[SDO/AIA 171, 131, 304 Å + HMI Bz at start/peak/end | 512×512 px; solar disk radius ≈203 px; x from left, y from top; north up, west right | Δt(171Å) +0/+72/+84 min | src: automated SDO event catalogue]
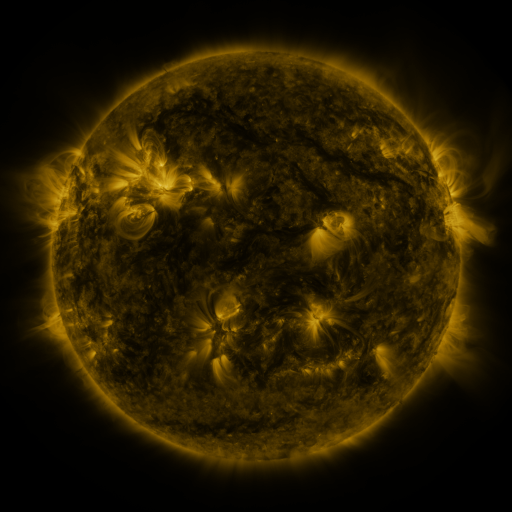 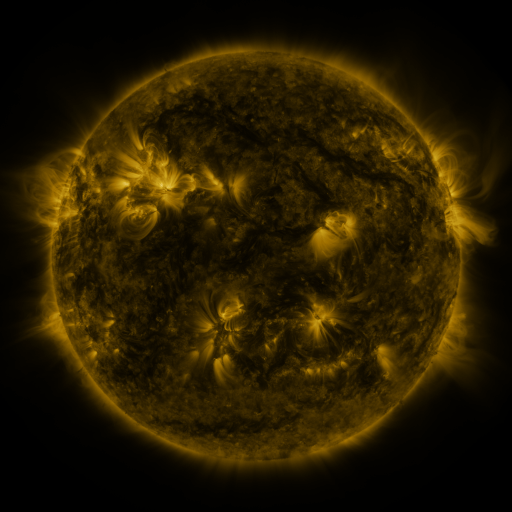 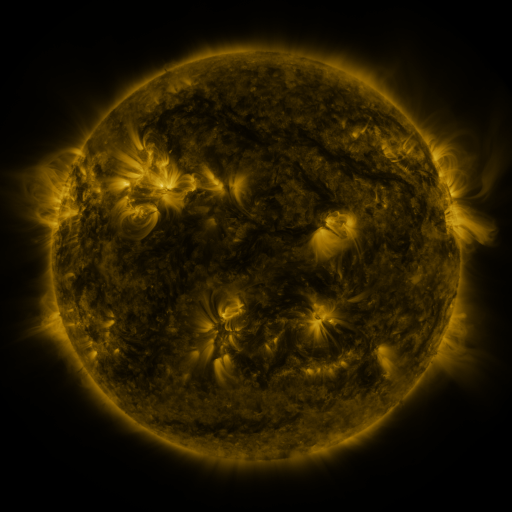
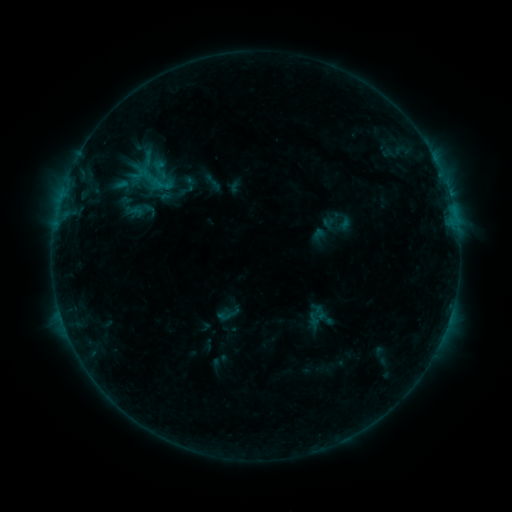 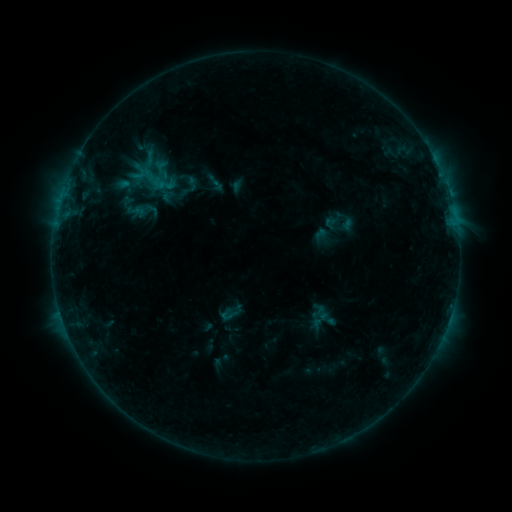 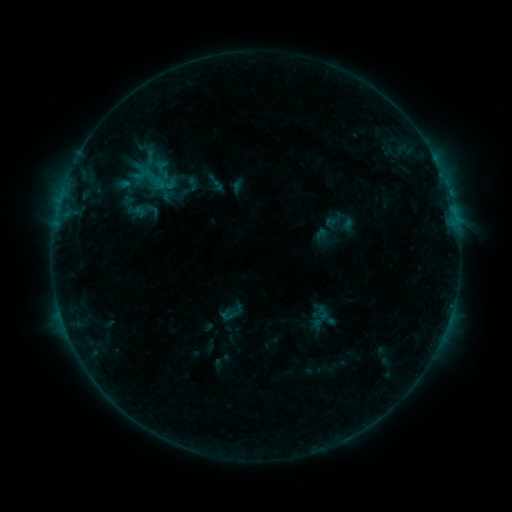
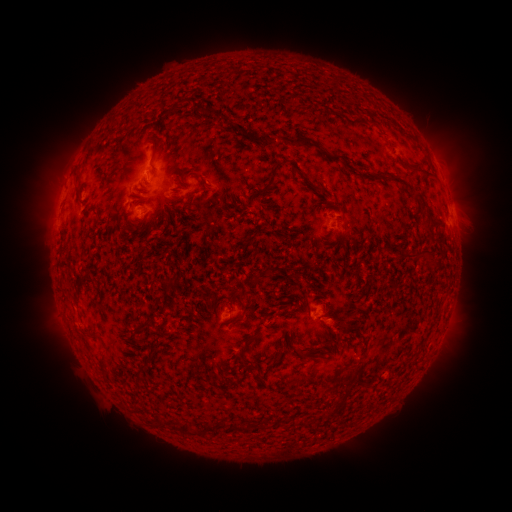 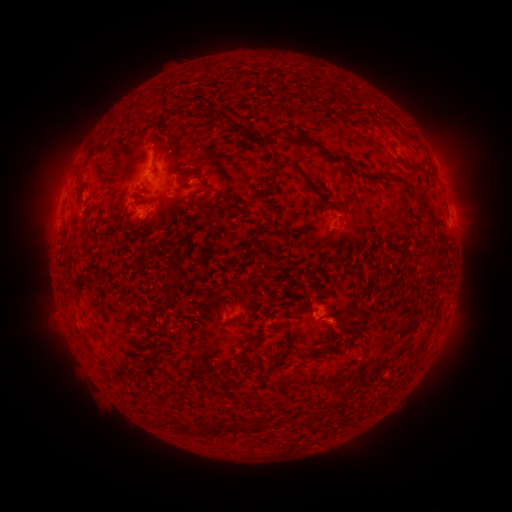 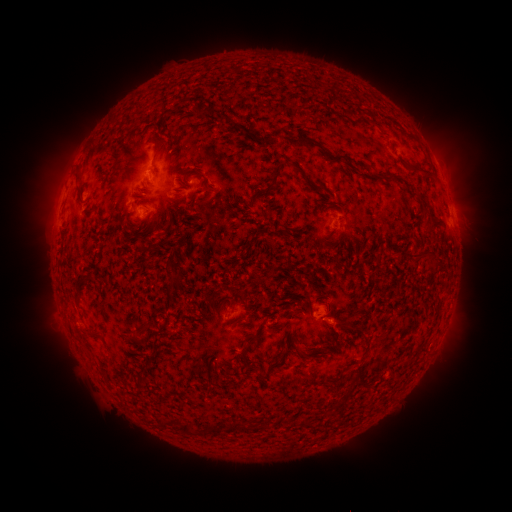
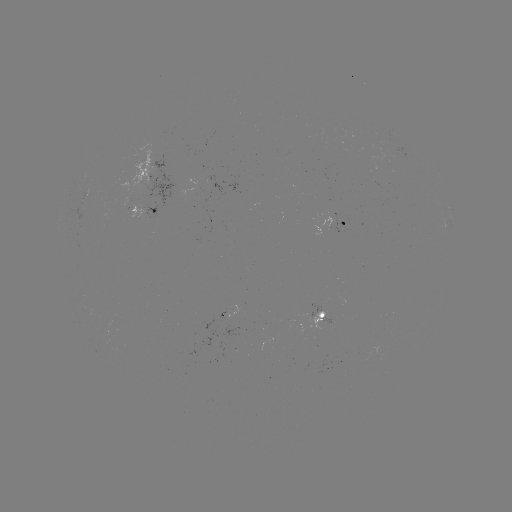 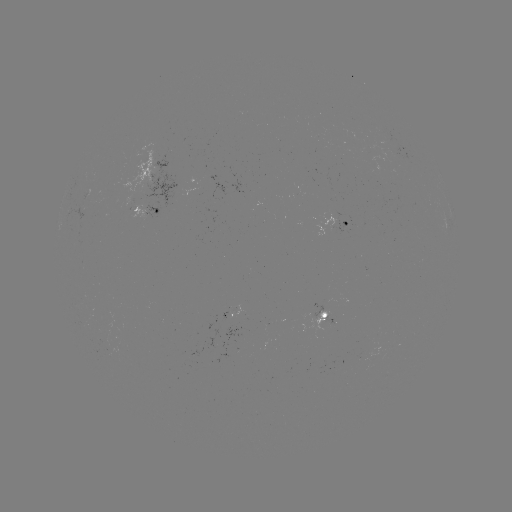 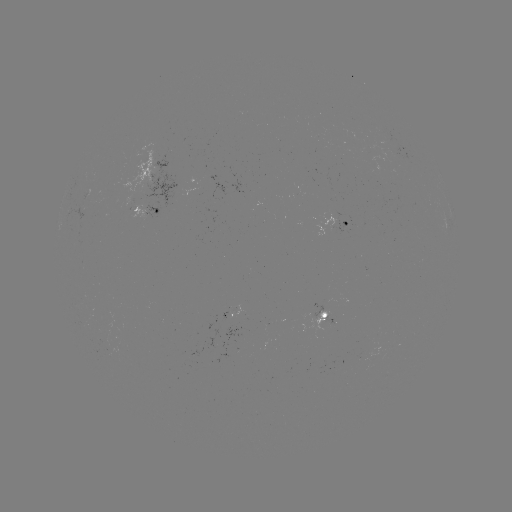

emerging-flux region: (333, 221, 348, 234)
